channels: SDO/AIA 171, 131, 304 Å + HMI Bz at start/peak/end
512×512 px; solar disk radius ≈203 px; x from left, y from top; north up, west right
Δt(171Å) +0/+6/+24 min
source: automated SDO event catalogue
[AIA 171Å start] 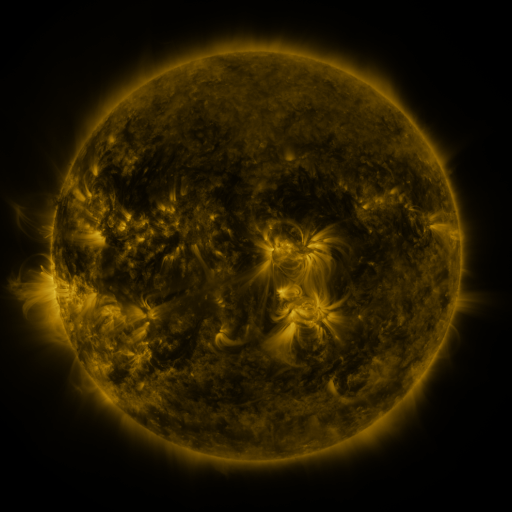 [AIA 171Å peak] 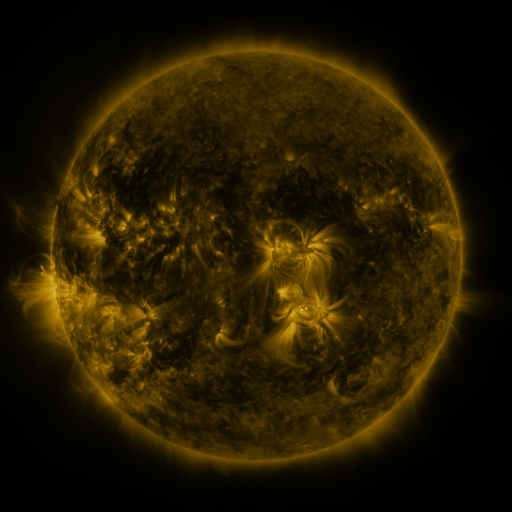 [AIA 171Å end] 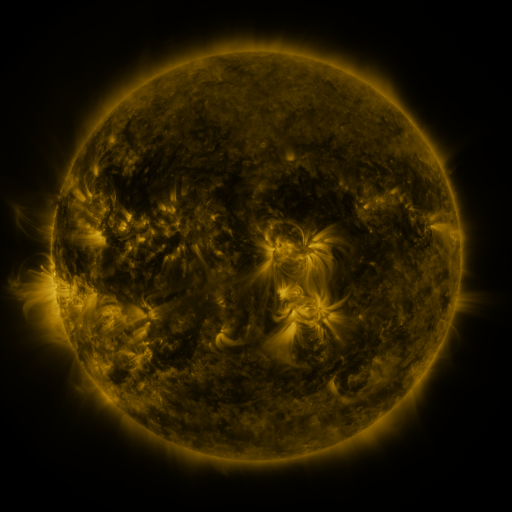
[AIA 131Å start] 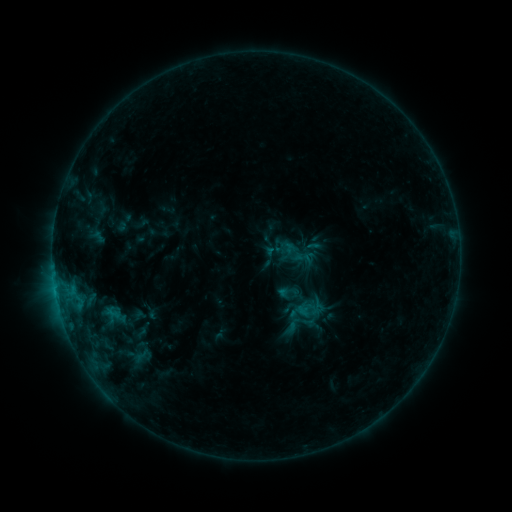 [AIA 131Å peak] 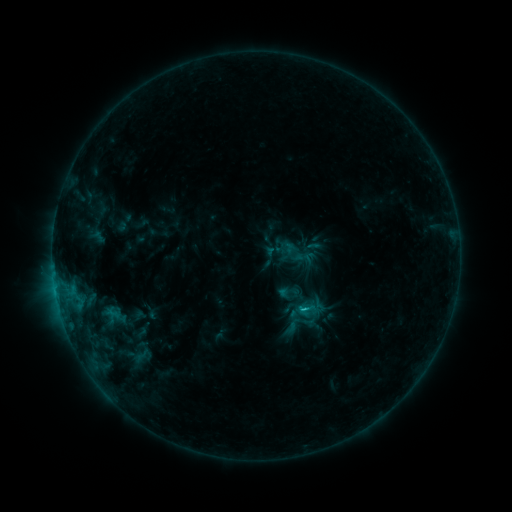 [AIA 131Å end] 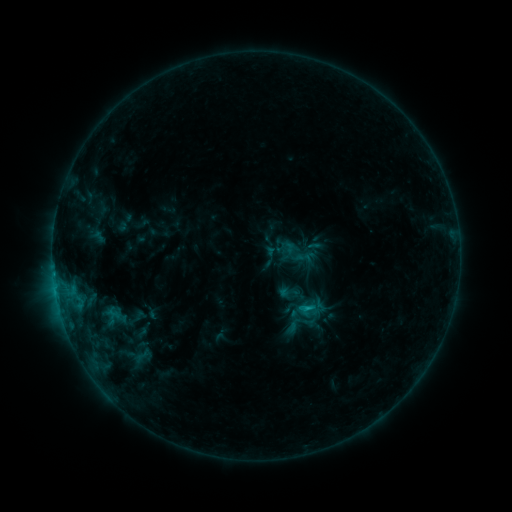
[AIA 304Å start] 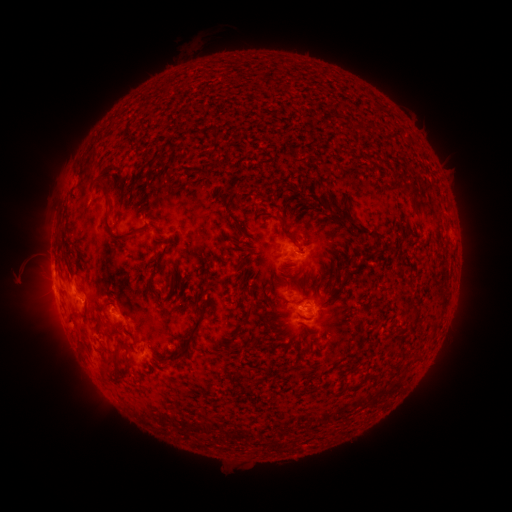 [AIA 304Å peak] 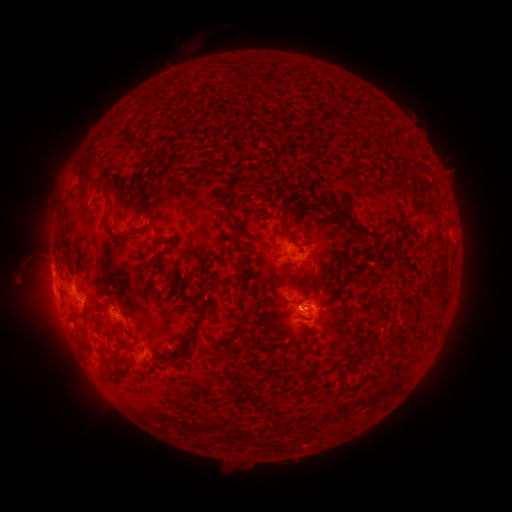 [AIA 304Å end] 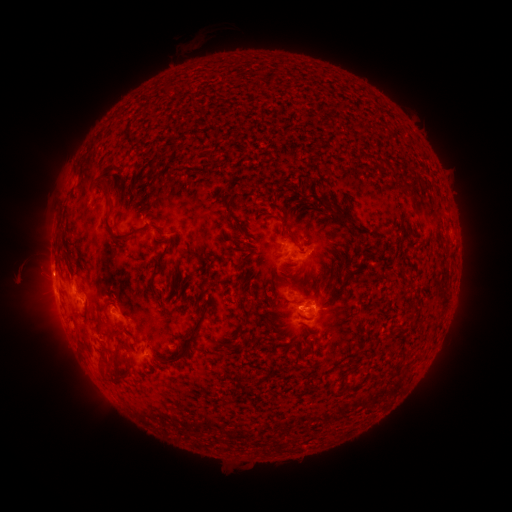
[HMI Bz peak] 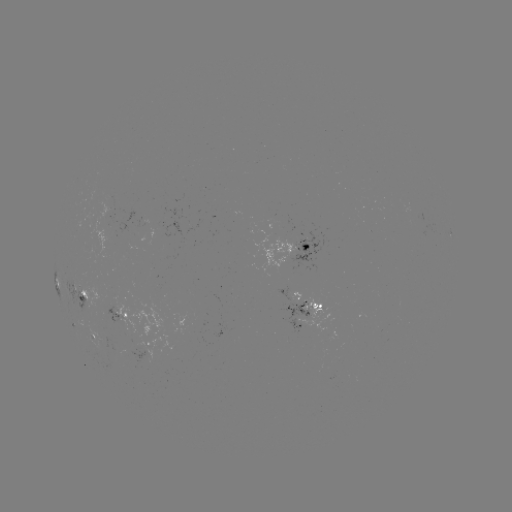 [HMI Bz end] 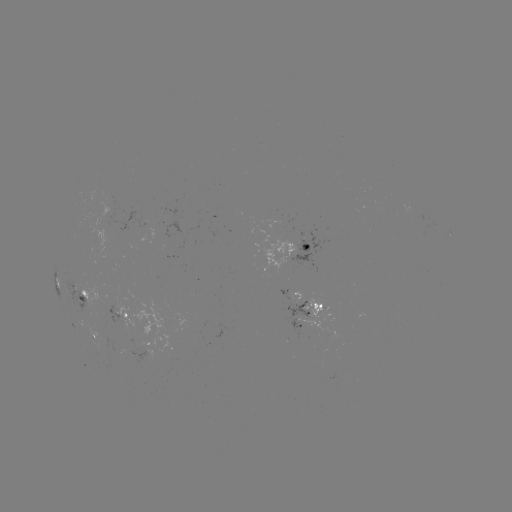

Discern C1.2 flare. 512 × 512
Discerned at (301, 306).